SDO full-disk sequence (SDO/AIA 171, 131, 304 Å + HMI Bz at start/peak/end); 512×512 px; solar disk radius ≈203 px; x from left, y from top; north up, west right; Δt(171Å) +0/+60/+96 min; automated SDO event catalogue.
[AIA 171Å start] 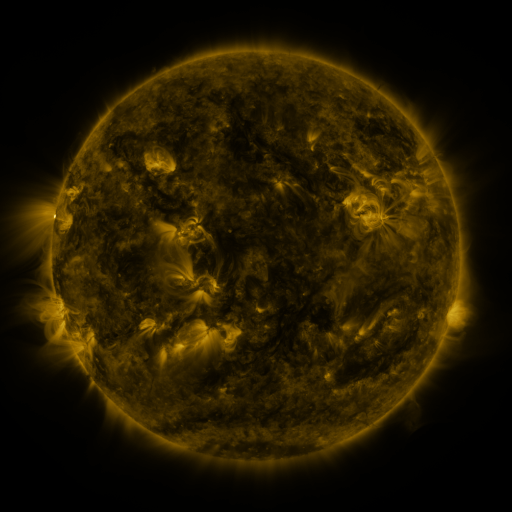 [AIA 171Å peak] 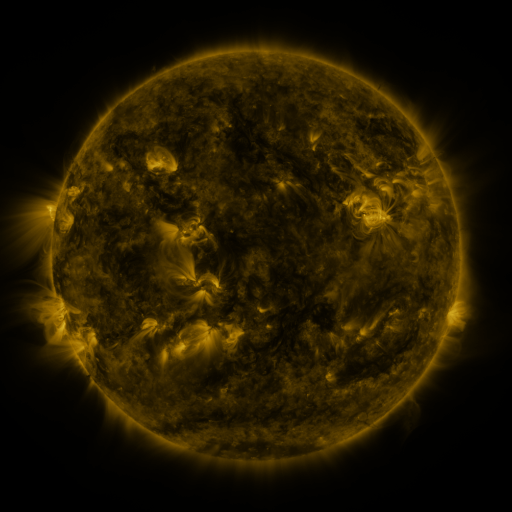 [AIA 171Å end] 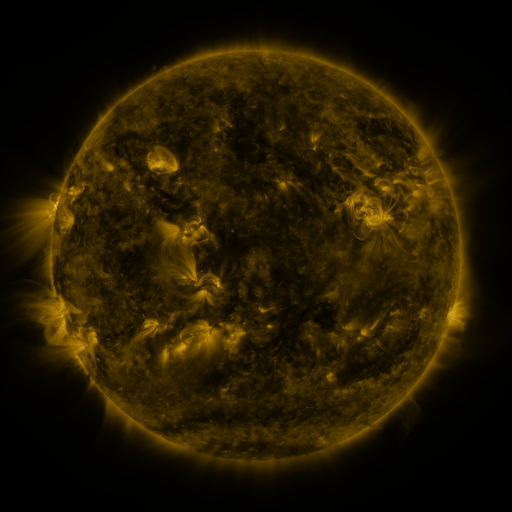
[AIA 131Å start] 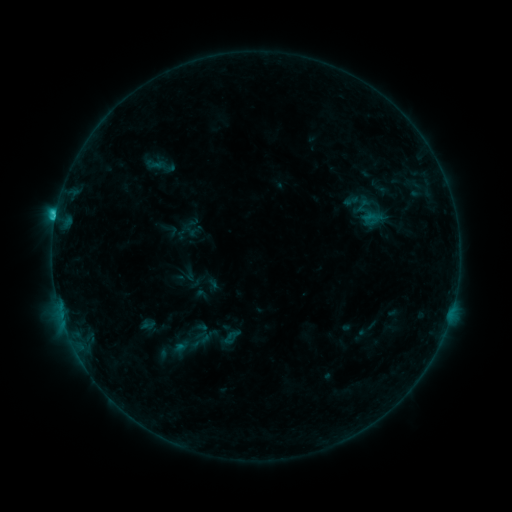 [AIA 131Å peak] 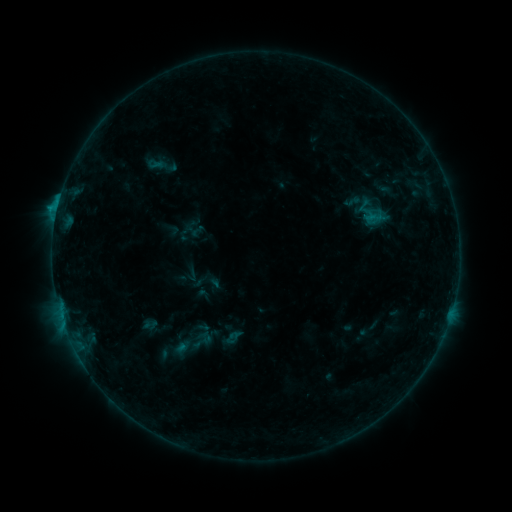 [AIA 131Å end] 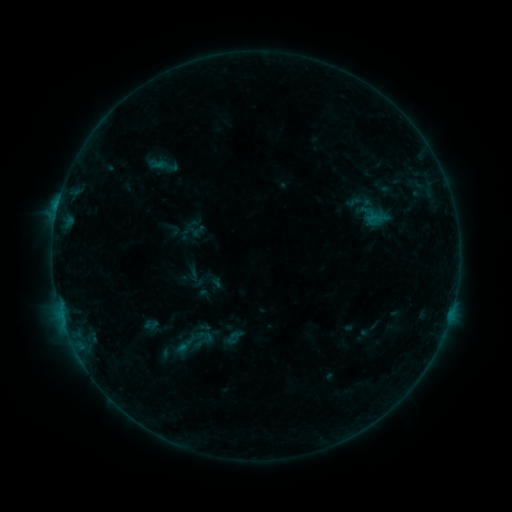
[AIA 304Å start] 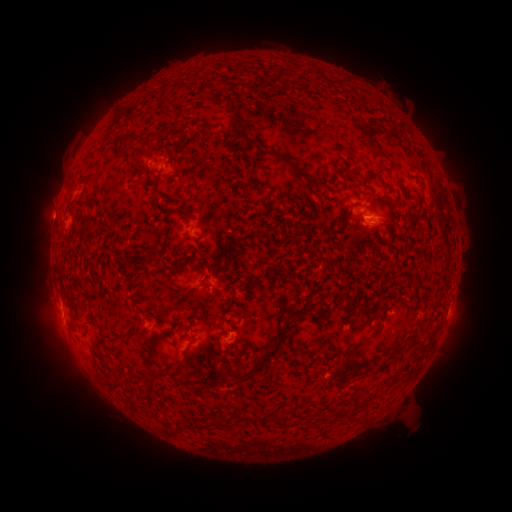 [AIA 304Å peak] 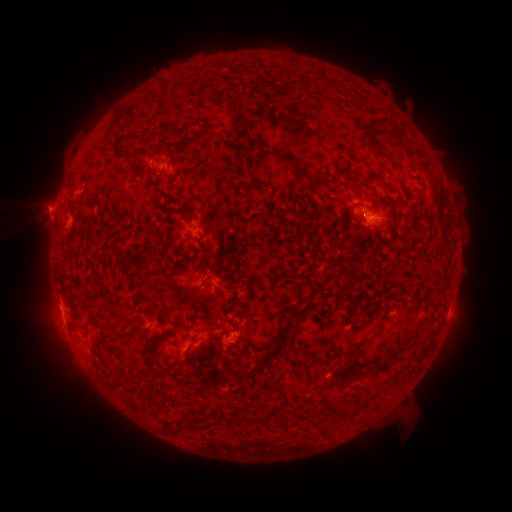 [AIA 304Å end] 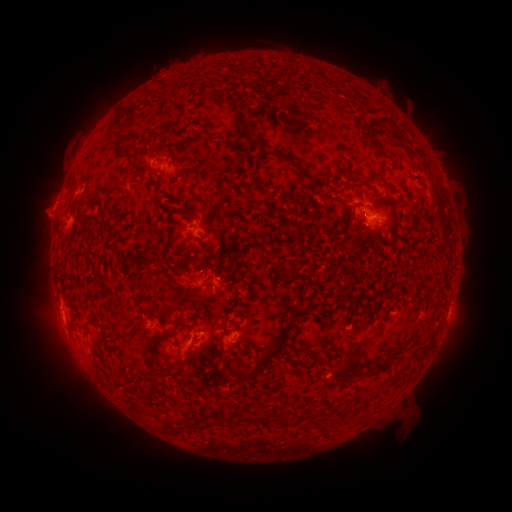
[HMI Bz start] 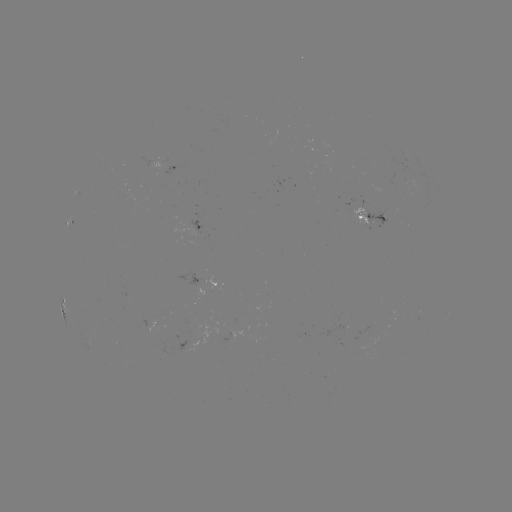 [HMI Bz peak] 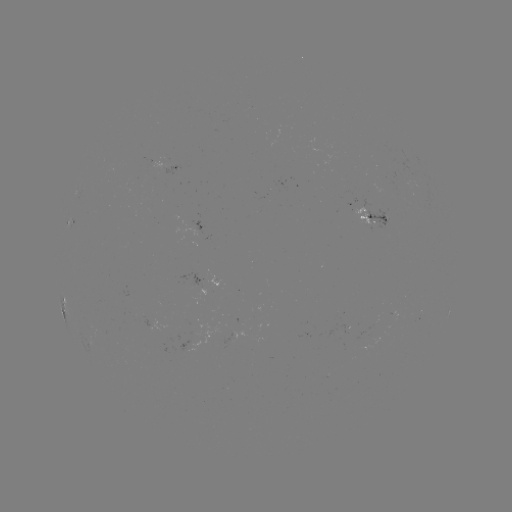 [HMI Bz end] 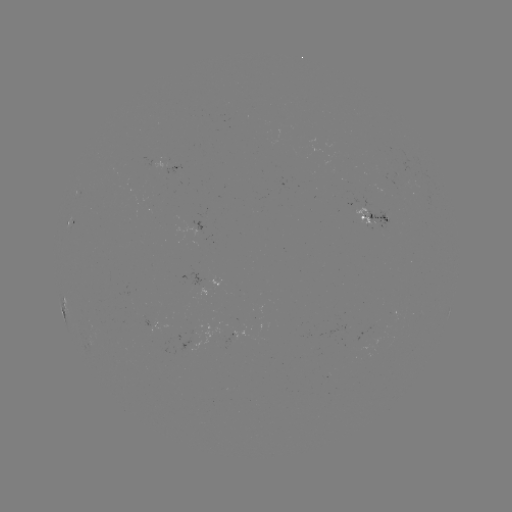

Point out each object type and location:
emerging-flux region: (164, 158)
